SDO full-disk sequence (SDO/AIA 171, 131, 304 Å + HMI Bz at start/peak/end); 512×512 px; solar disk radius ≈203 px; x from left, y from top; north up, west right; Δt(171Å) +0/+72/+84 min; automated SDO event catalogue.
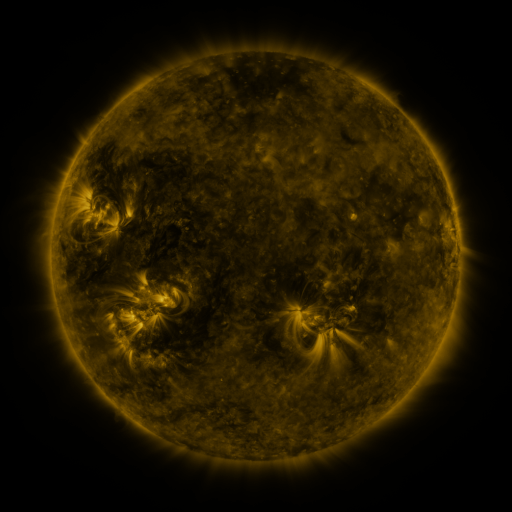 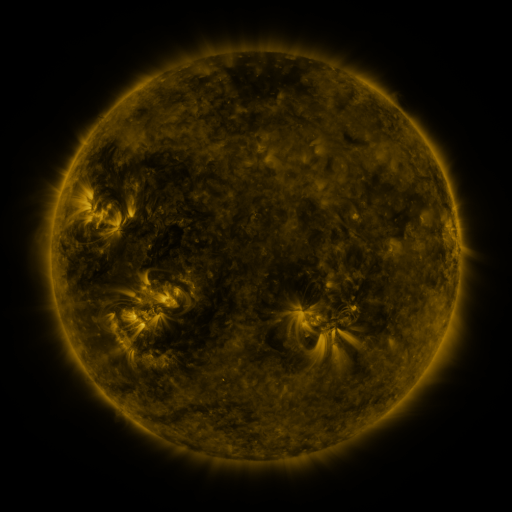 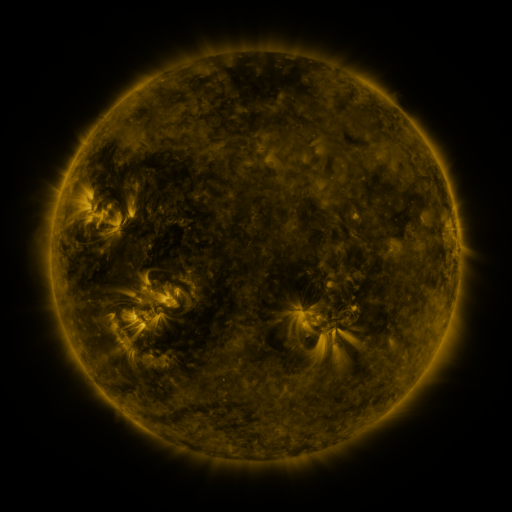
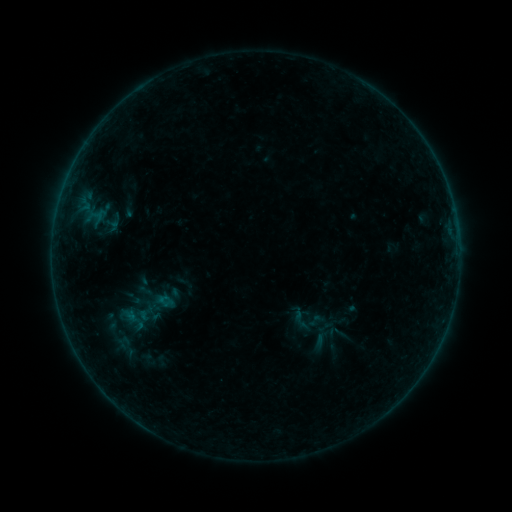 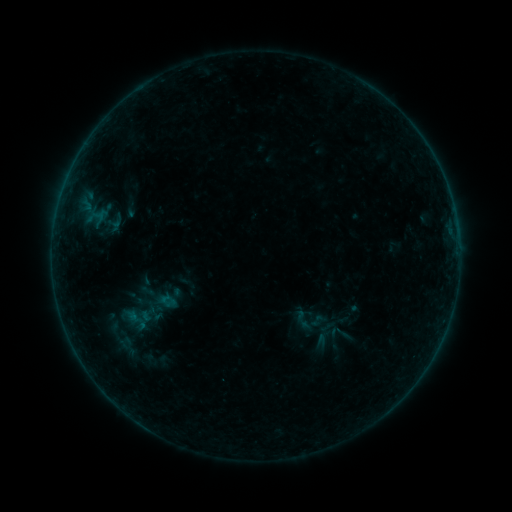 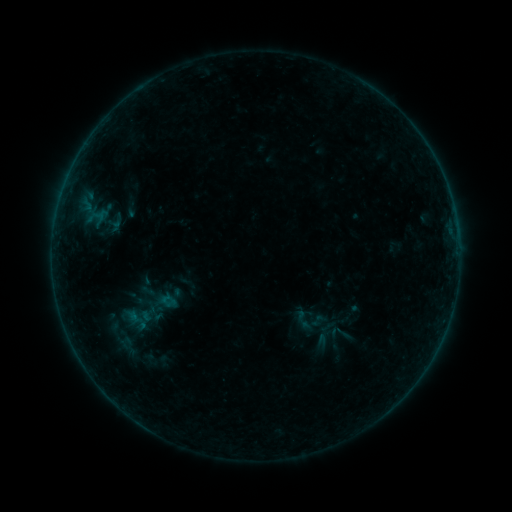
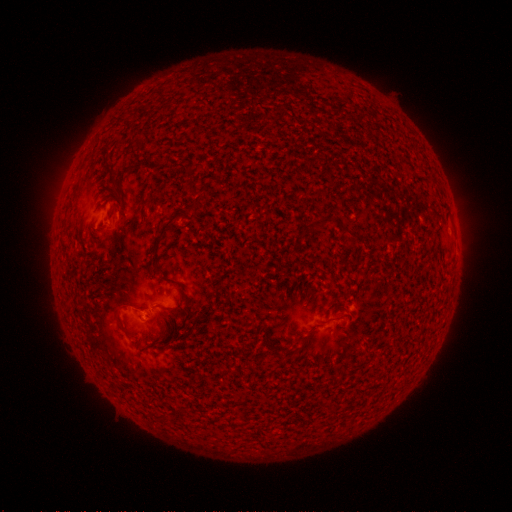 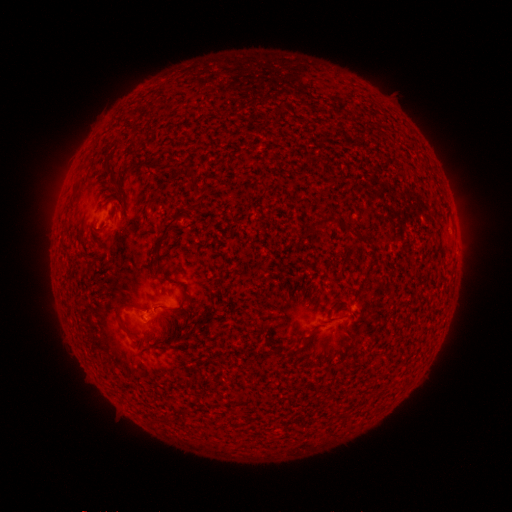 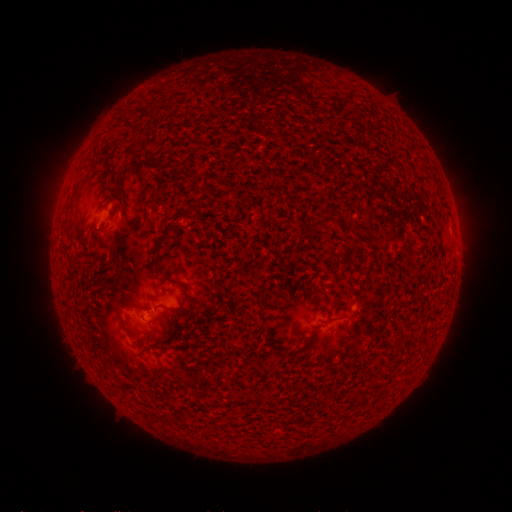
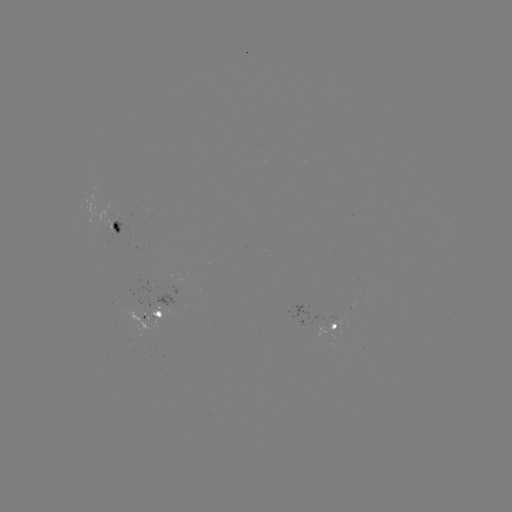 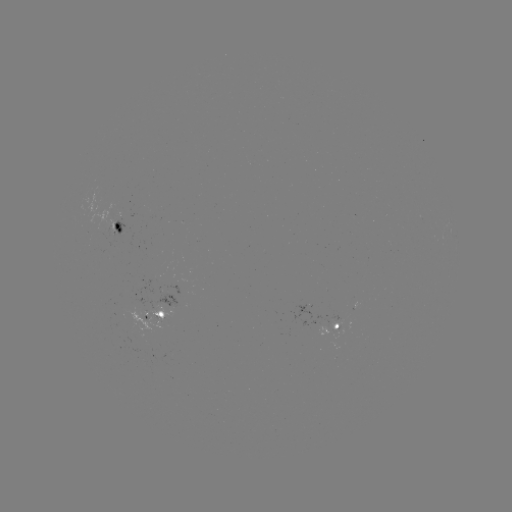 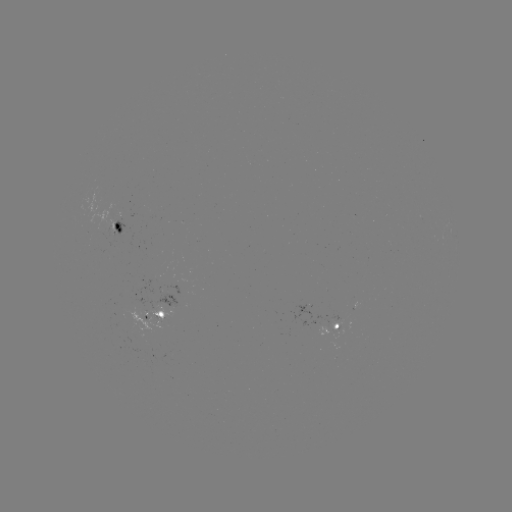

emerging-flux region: [147, 298, 158, 310]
